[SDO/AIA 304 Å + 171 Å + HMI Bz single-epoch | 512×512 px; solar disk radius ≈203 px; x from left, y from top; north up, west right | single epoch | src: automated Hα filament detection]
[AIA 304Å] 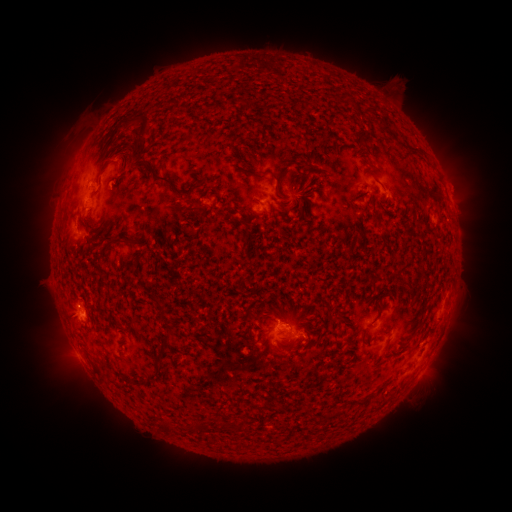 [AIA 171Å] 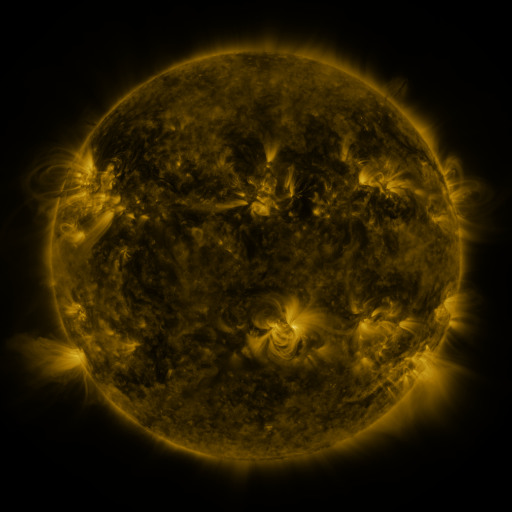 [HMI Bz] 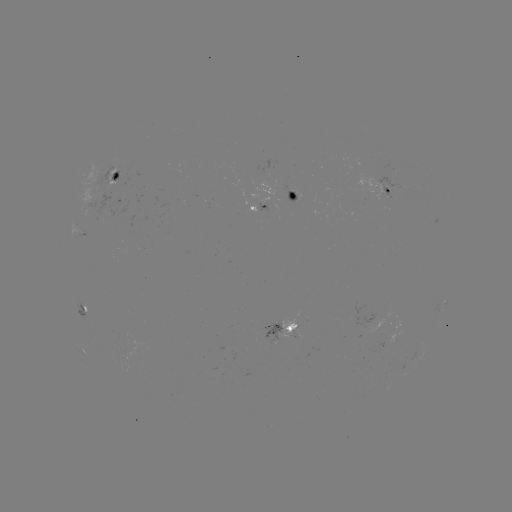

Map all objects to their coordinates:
filament: <bbox>138, 116, 150, 139</bbox>
filament: <bbox>377, 121, 392, 135</bbox>
filament: <bbox>96, 141, 133, 186</bbox>
filament: <bbox>147, 162, 198, 195</bbox>
filament: <bbox>260, 170, 281, 196</bbox>
filament: <bbox>181, 194, 201, 211</bbox>
filament: <bbox>296, 195, 307, 215</bbox>
filament: <bbox>301, 205, 309, 221</bbox>
filament: <bbox>276, 206, 290, 214</bbox>
filament: <bbox>188, 230, 201, 242</bbox>
filament: <bbox>110, 236, 138, 245</bbox>
filament: <bbox>98, 244, 110, 260</bbox>
filament: <bbox>154, 297, 166, 322</bbox>
filament: <bbox>256, 306, 267, 329</bbox>
filament: <bbox>328, 314, 343, 325</bbox>
filament: <bbox>156, 325, 175, 357</bbox>
filament: <bbox>91, 362, 102, 375</bbox>
filament: <bbox>139, 370, 159, 386</bbox>
filament: <bbox>158, 420, 175, 433</bbox>
filament: <bbox>222, 422, 231, 432</bbox>
